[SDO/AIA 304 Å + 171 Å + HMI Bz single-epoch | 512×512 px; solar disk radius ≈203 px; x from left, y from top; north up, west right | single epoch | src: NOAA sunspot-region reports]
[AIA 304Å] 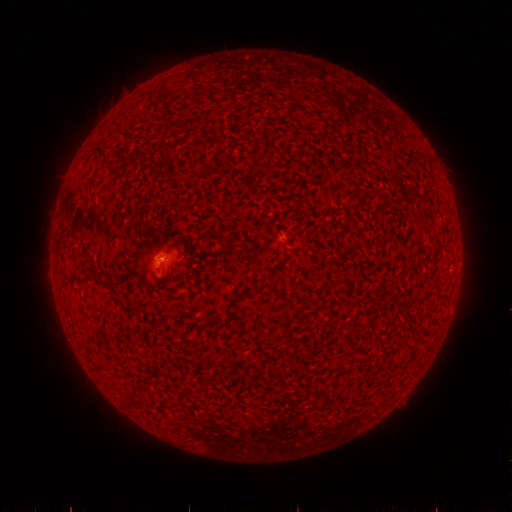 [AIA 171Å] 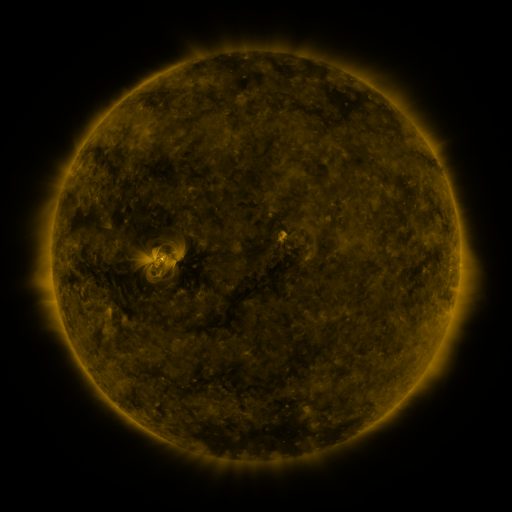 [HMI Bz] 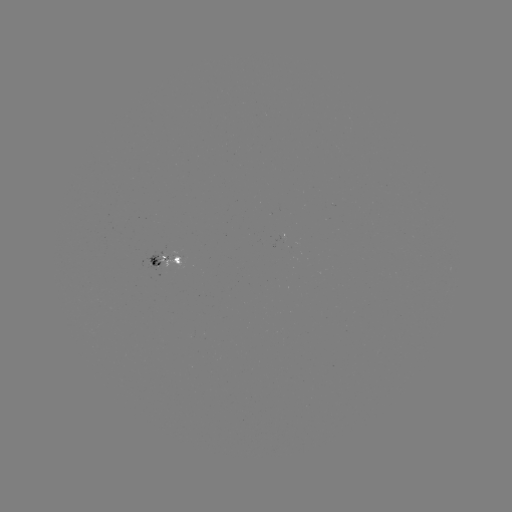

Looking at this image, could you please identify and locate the spotted active region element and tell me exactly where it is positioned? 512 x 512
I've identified spotted active region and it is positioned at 170,256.